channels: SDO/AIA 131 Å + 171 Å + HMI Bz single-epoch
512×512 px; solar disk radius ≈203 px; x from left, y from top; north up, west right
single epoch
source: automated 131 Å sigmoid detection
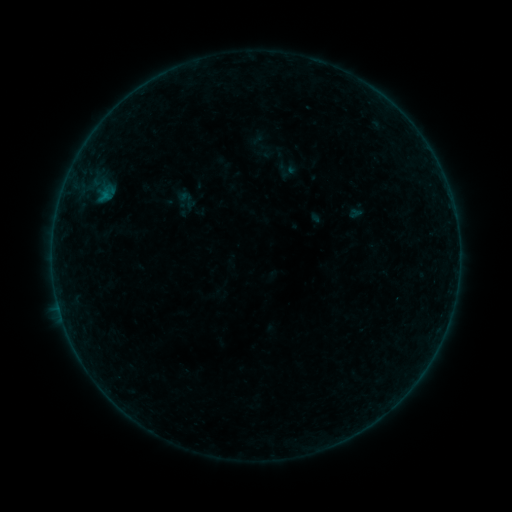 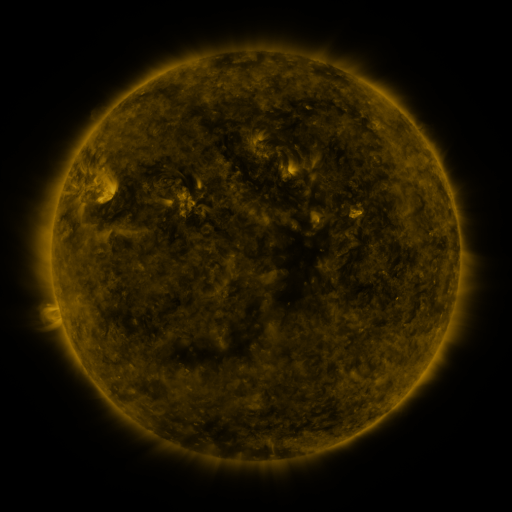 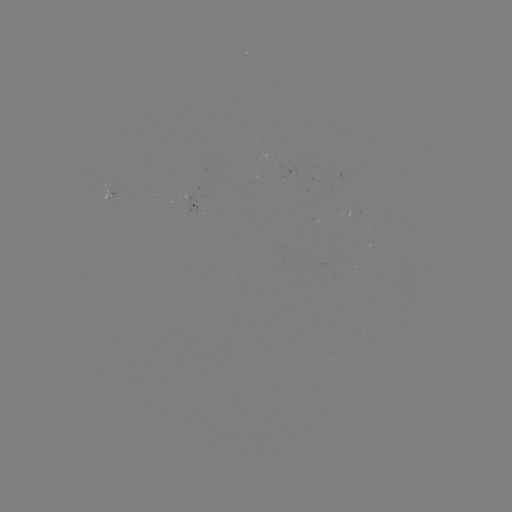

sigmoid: [176, 189, 199, 211]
